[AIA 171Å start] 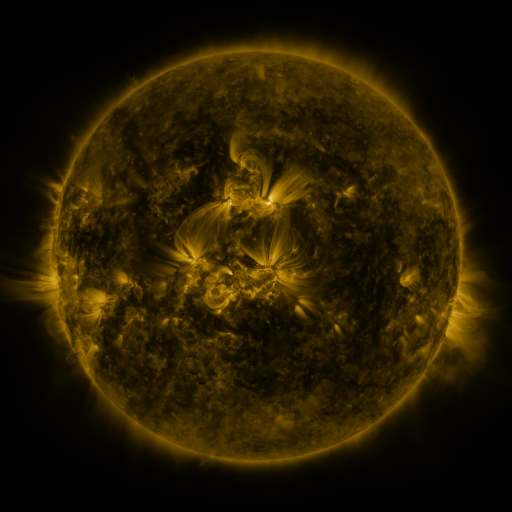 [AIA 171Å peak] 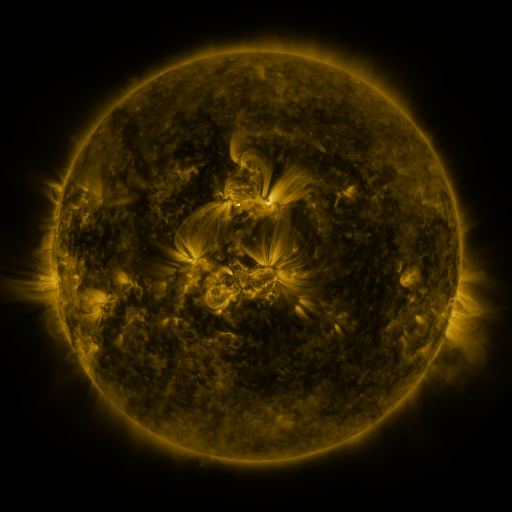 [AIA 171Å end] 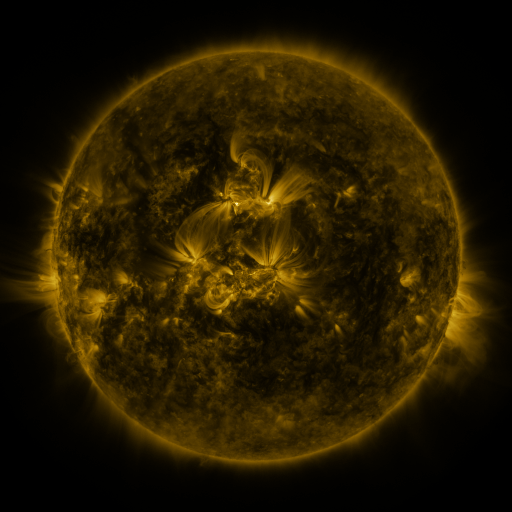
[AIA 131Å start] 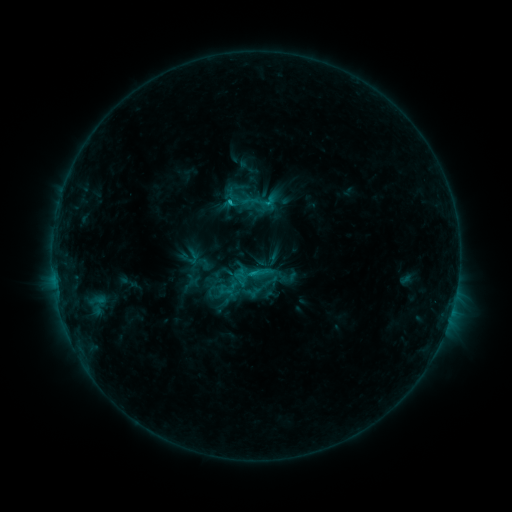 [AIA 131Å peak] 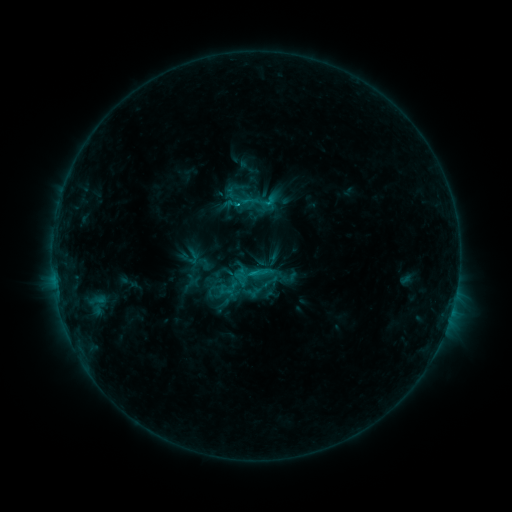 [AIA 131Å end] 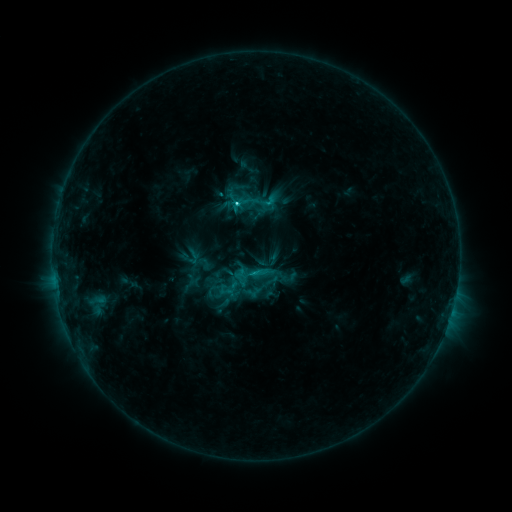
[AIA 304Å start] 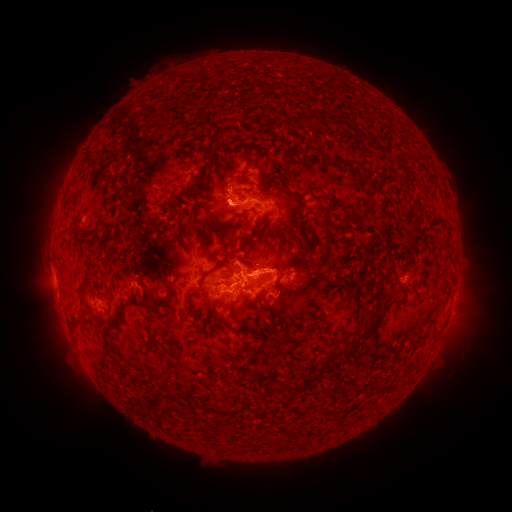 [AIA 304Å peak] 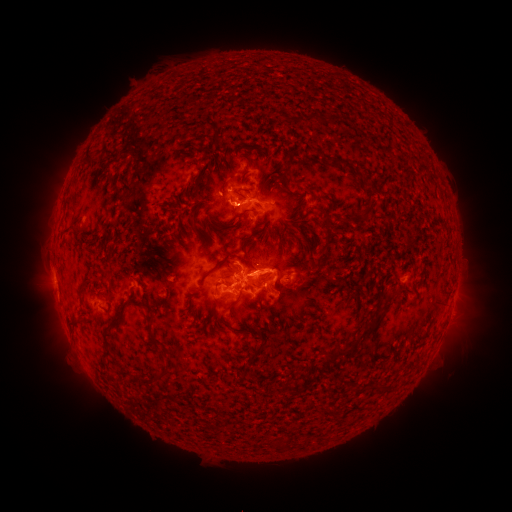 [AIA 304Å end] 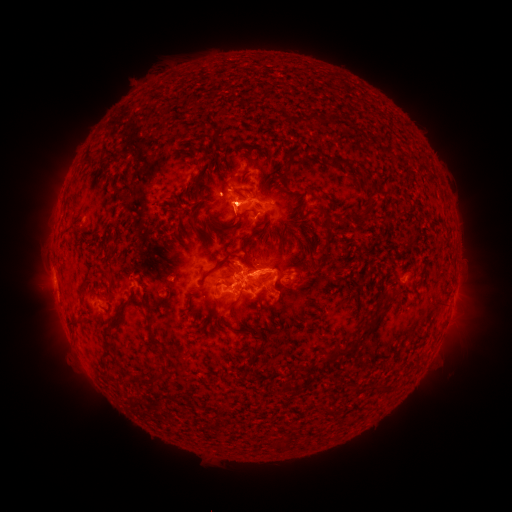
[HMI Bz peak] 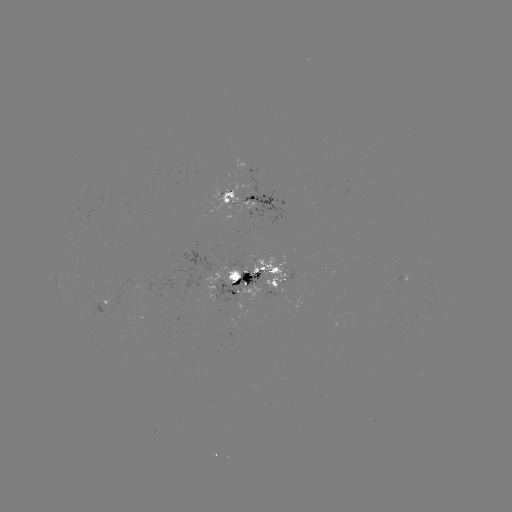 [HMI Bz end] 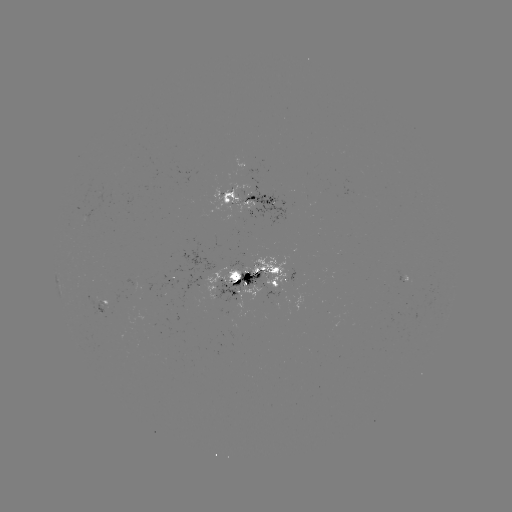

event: eruption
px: (224, 207)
